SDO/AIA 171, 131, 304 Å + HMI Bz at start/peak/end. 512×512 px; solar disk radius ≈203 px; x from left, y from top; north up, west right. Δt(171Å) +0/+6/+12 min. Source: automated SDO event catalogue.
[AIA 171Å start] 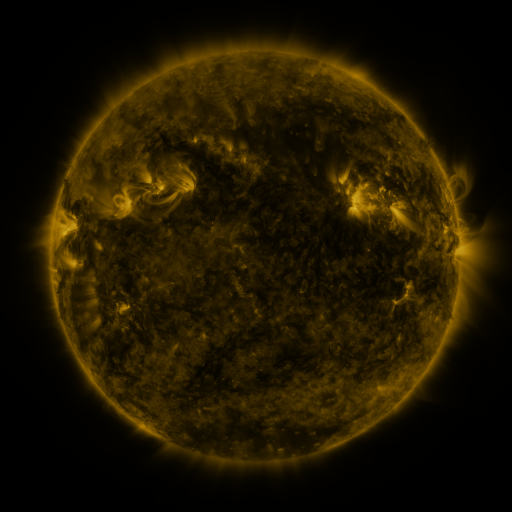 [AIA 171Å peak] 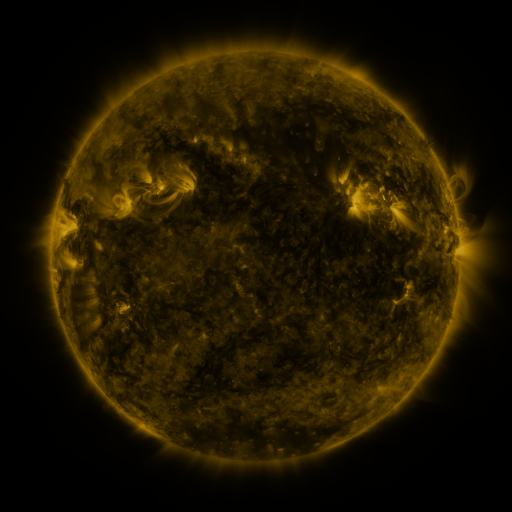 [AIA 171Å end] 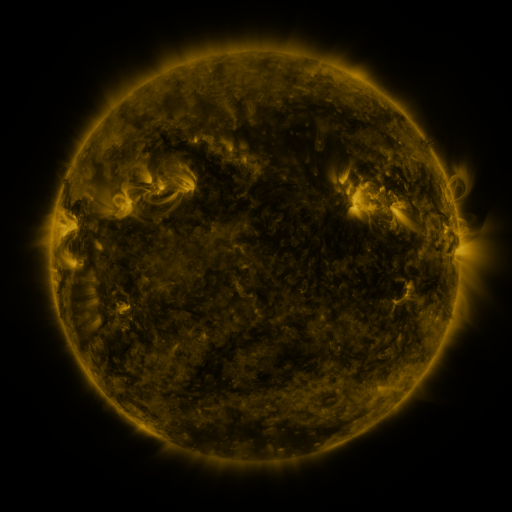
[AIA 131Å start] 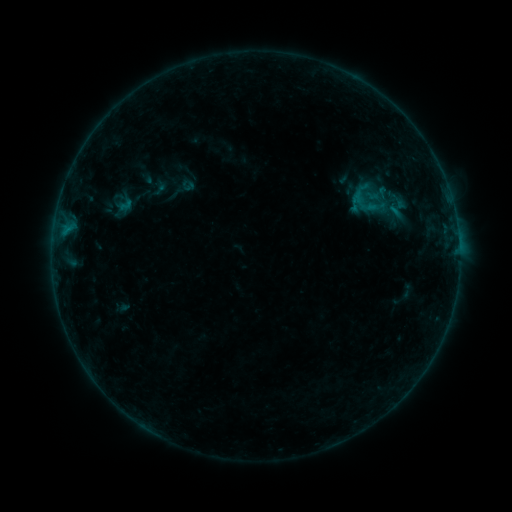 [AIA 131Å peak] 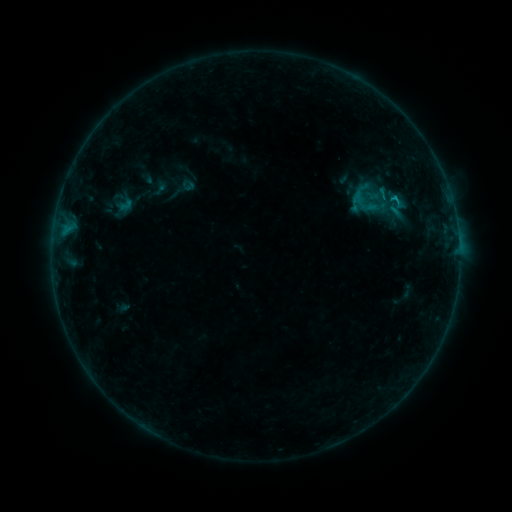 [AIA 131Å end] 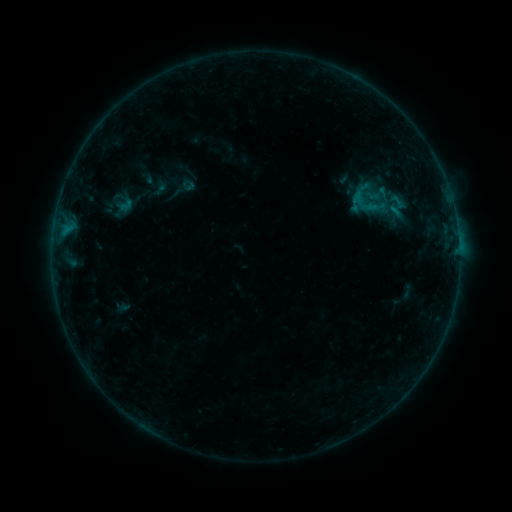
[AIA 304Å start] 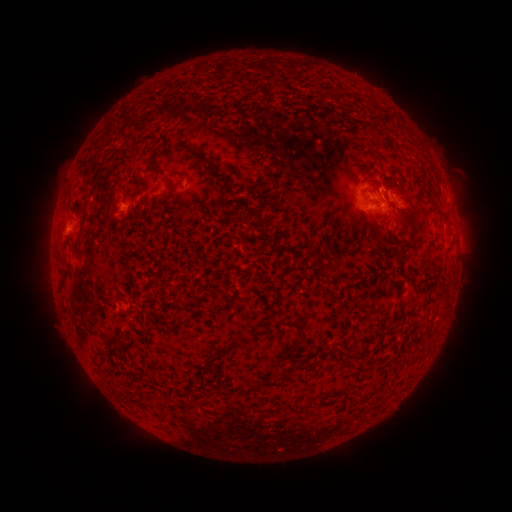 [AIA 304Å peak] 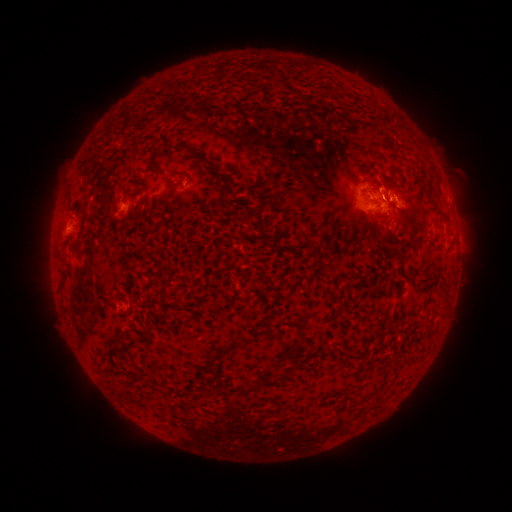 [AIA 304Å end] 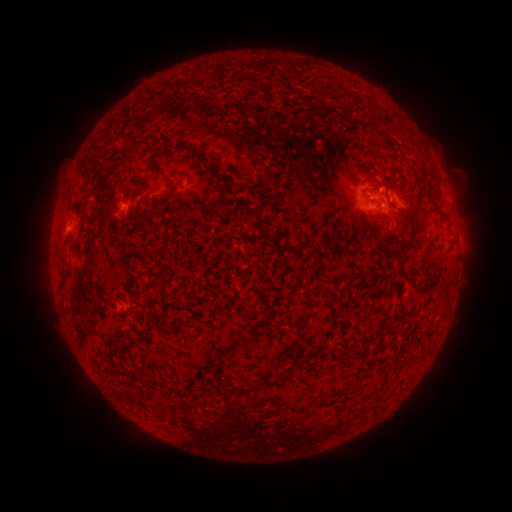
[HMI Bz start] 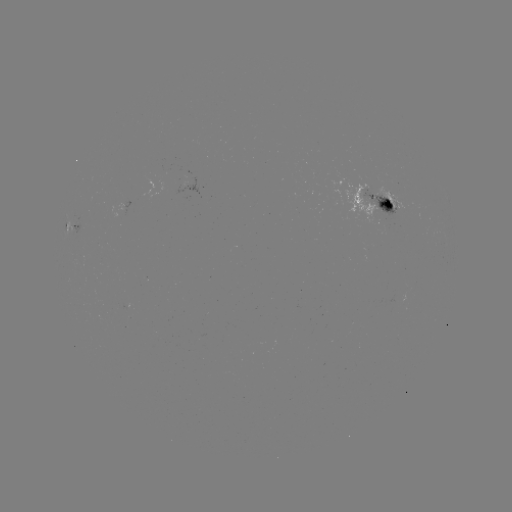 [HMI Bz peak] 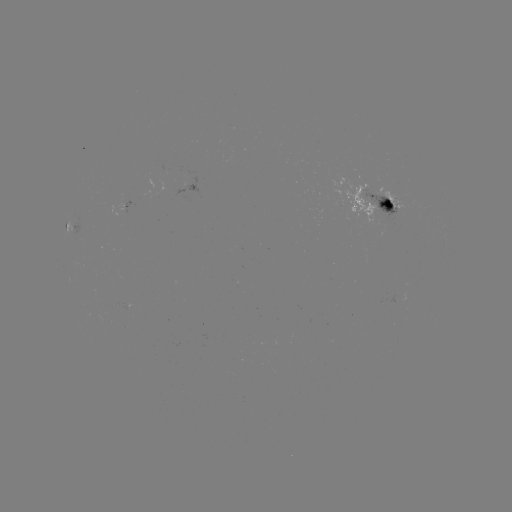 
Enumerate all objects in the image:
B5.8 flare: (394, 200)
